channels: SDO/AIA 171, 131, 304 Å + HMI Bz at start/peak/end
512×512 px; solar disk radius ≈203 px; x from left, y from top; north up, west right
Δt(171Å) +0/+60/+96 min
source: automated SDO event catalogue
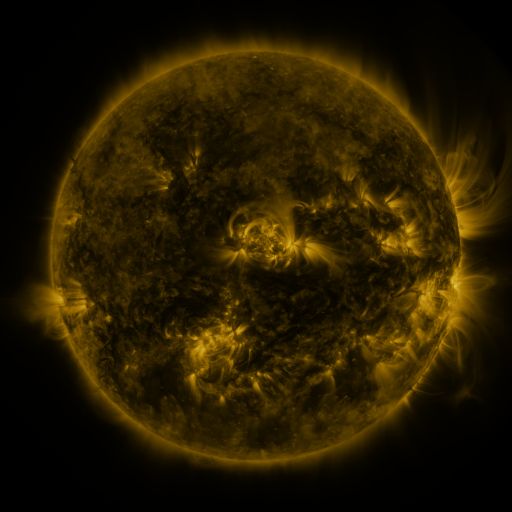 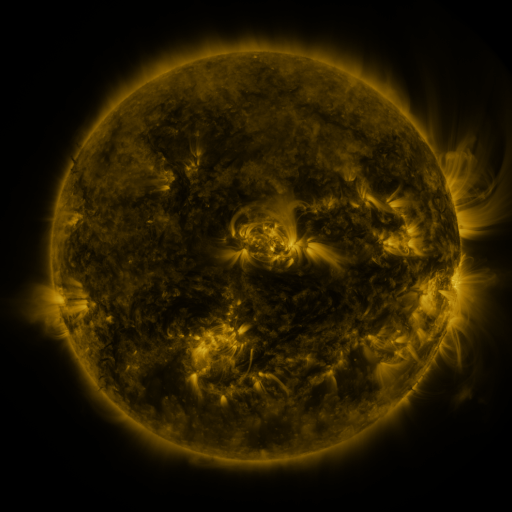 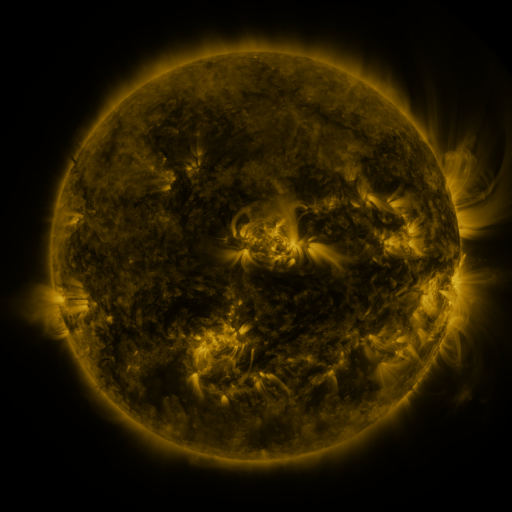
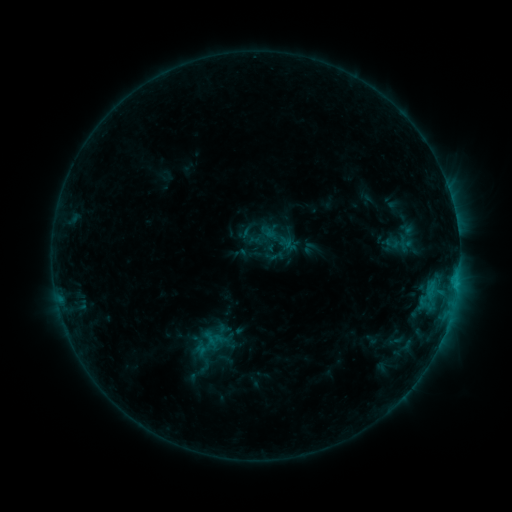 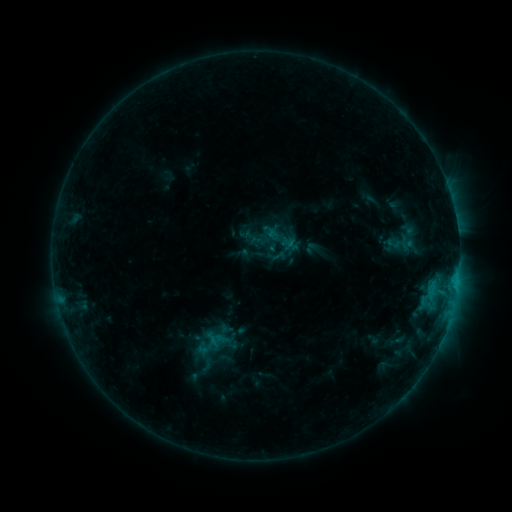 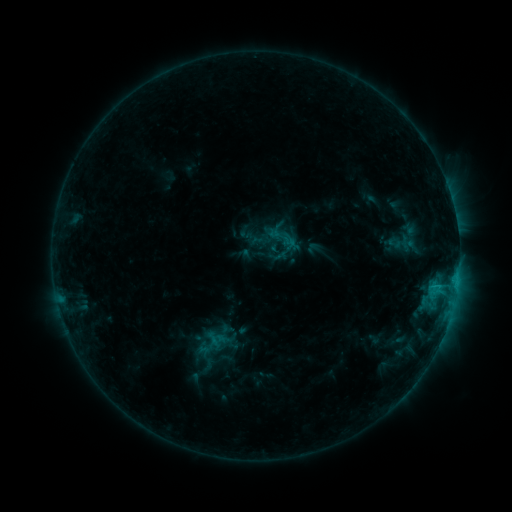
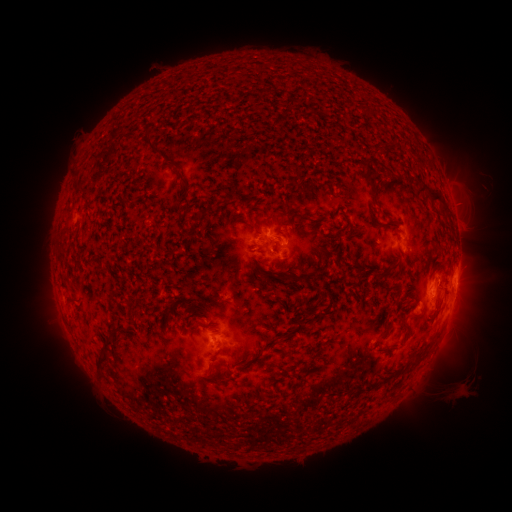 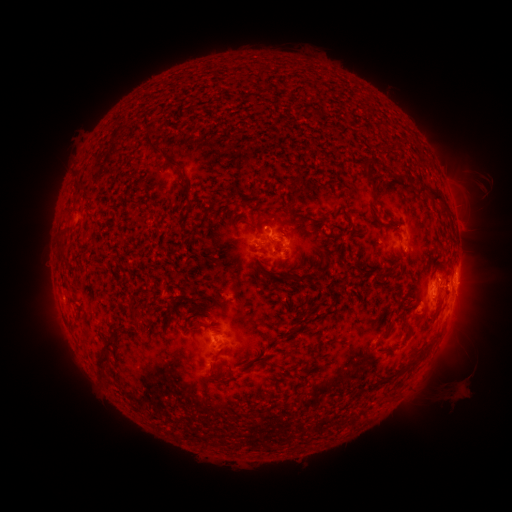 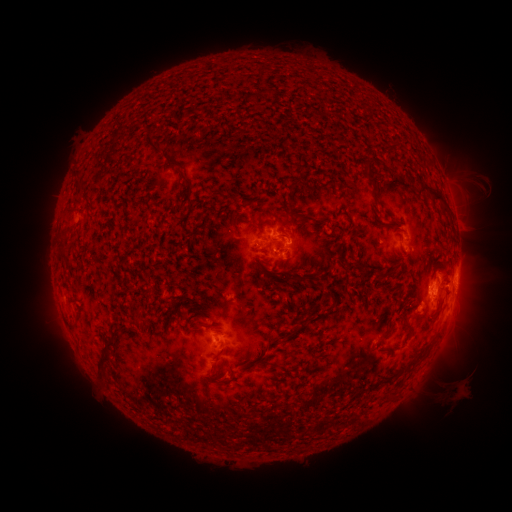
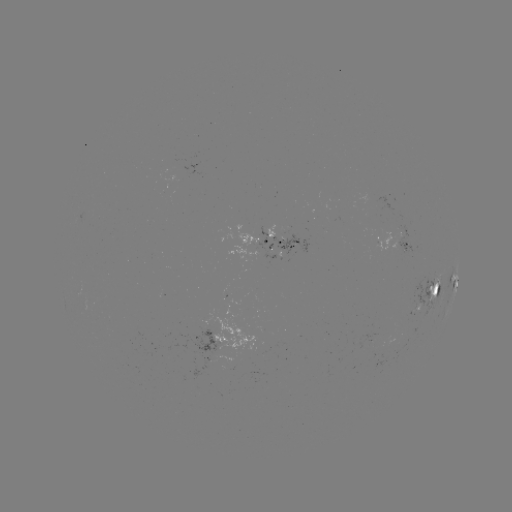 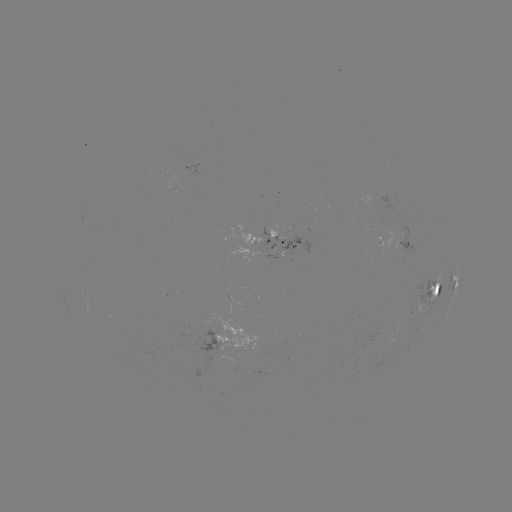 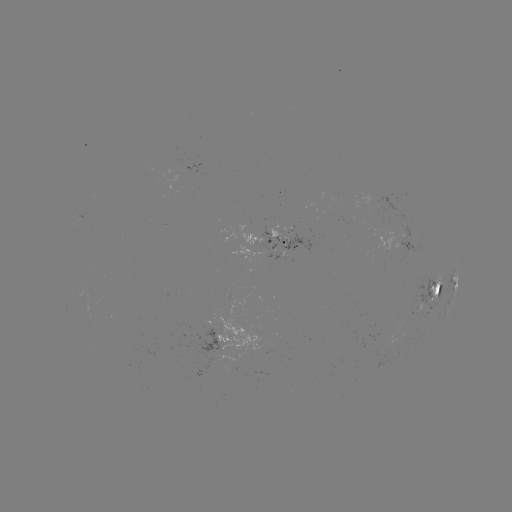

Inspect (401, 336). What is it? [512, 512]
emerging-flux region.